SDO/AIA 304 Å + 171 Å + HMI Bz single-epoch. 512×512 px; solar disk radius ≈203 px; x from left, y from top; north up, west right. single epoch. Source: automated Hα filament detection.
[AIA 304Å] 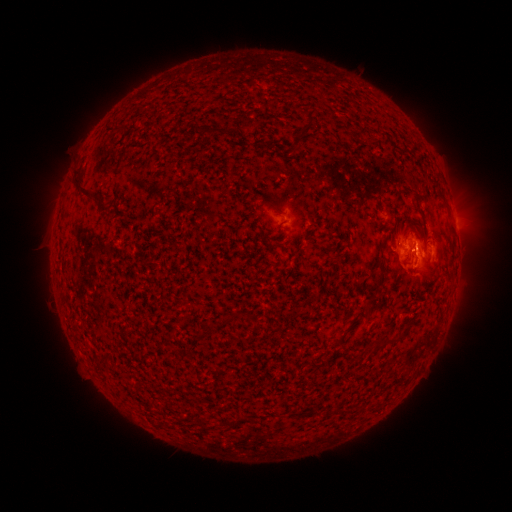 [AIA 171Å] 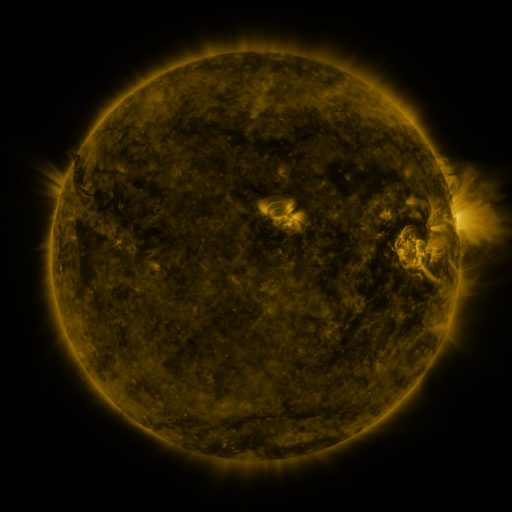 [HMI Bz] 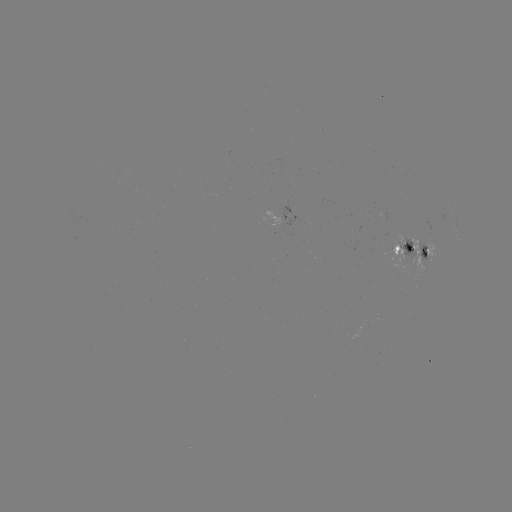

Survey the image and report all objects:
filament: <bbox>197, 125, 220, 136</bbox>
filament: <bbox>296, 125, 308, 138</bbox>
filament: <bbox>71, 176, 99, 205</bbox>
filament: <bbox>422, 245, 429, 256</bbox>
filament: <bbox>371, 272, 386, 296</bbox>
filament: <bbox>221, 315, 232, 326</bbox>
filament: <bbox>254, 318, 262, 331</bbox>
filament: <bbox>195, 326, 219, 340</bbox>
filament: <bbox>372, 334, 399, 351</bbox>
filament: <bbox>332, 335, 343, 344</bbox>
